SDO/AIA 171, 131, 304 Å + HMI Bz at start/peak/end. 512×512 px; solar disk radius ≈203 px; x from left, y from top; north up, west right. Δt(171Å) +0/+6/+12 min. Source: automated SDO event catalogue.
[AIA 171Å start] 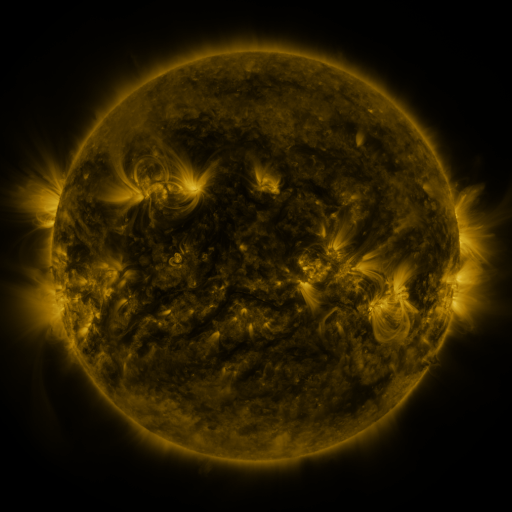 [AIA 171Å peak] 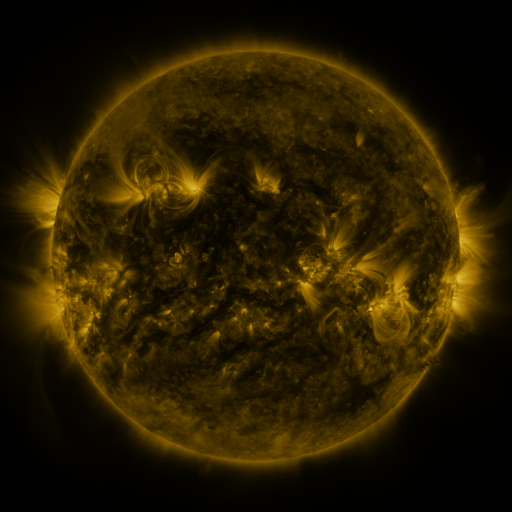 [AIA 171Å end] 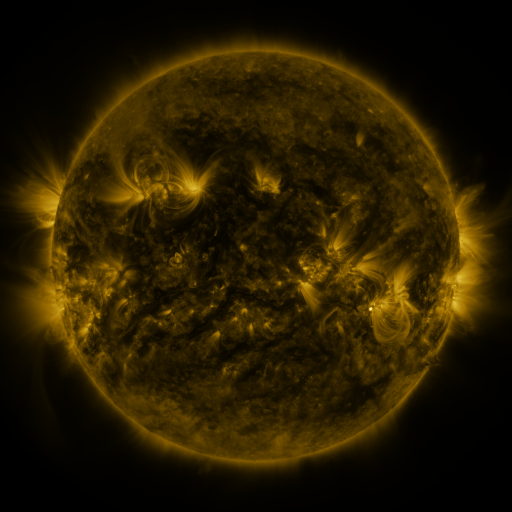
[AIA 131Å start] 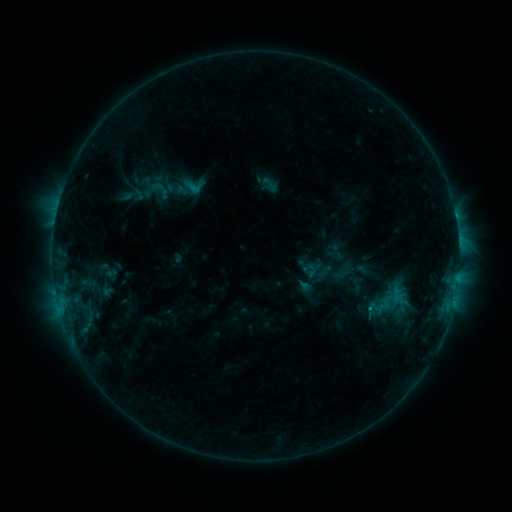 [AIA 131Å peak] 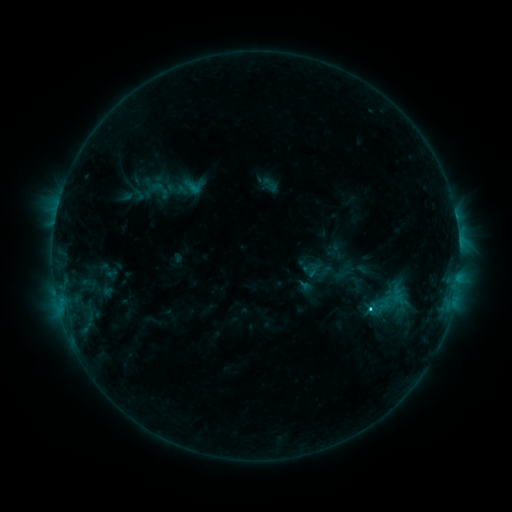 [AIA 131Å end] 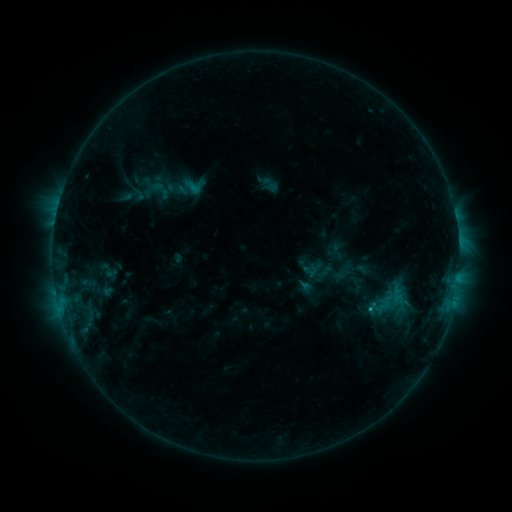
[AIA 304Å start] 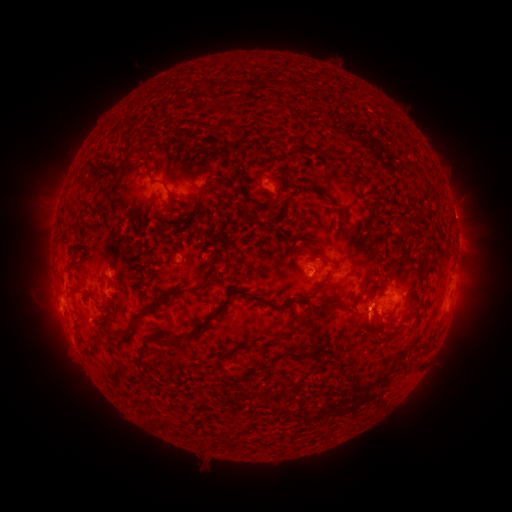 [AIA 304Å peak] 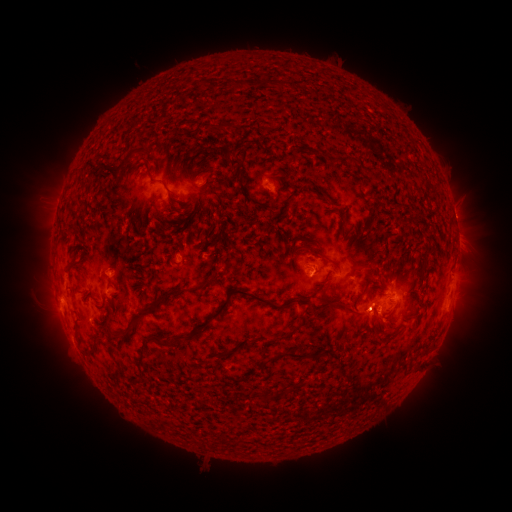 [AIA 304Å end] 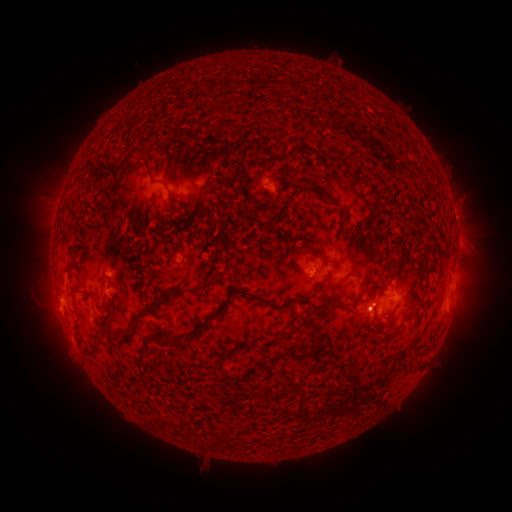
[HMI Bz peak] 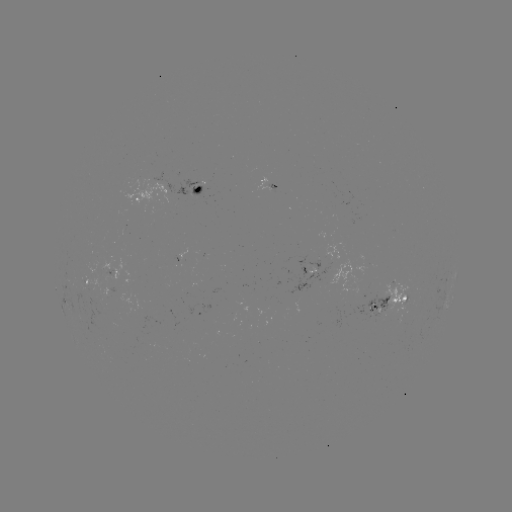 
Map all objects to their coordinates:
C1.7 flare: (367, 309)
